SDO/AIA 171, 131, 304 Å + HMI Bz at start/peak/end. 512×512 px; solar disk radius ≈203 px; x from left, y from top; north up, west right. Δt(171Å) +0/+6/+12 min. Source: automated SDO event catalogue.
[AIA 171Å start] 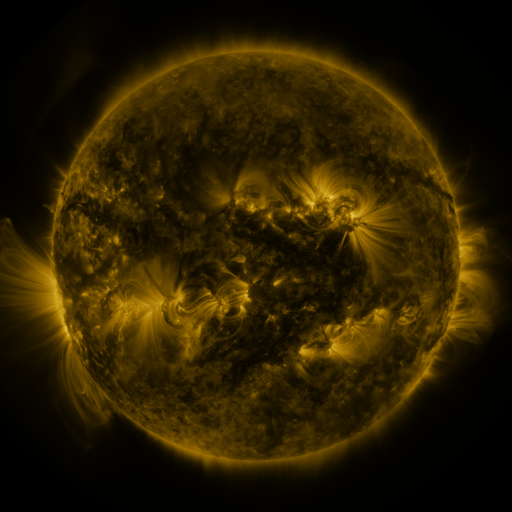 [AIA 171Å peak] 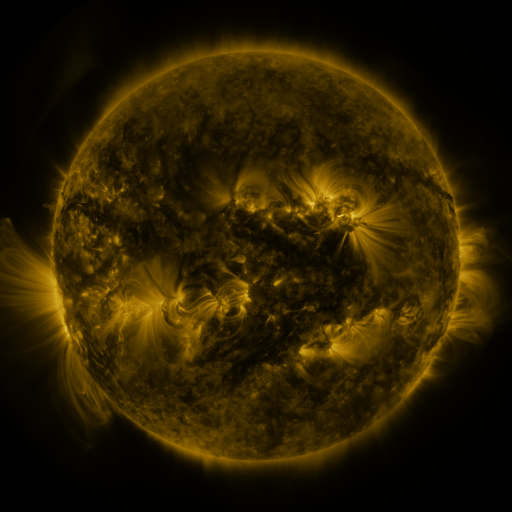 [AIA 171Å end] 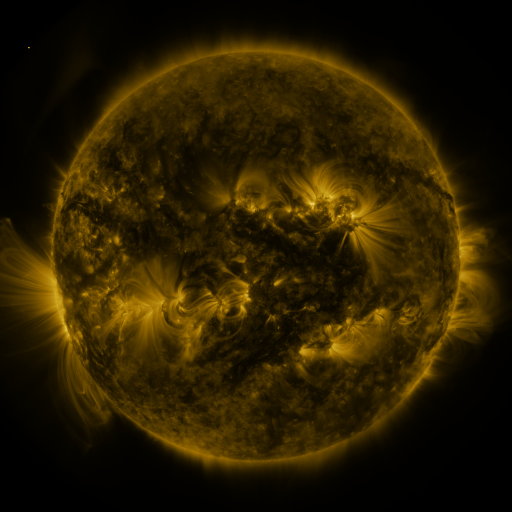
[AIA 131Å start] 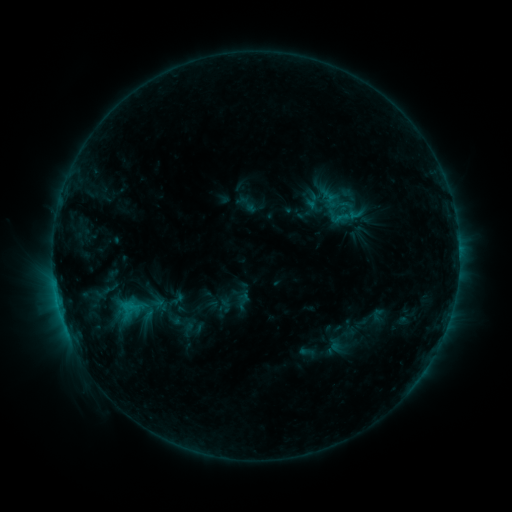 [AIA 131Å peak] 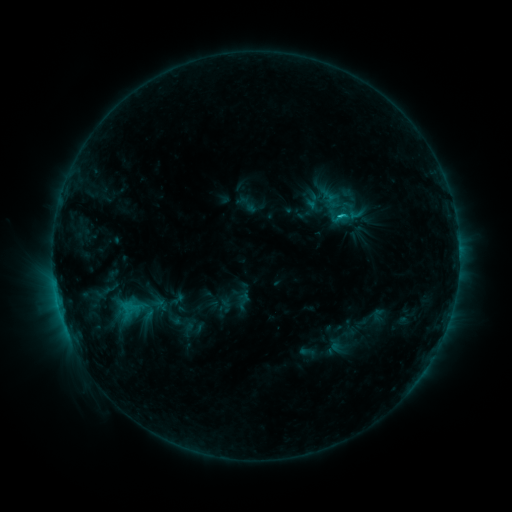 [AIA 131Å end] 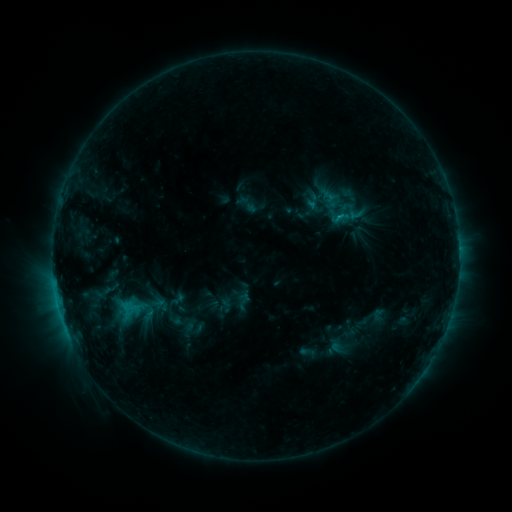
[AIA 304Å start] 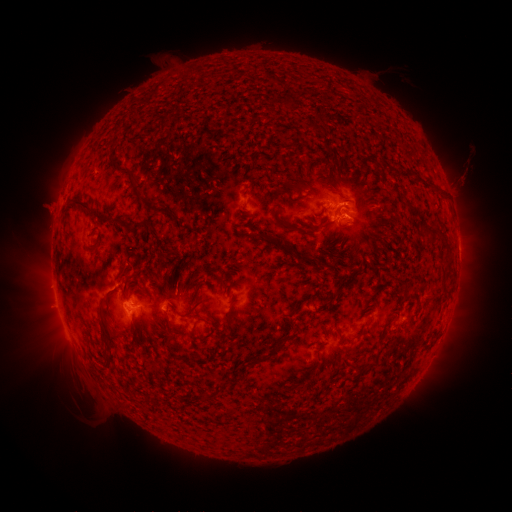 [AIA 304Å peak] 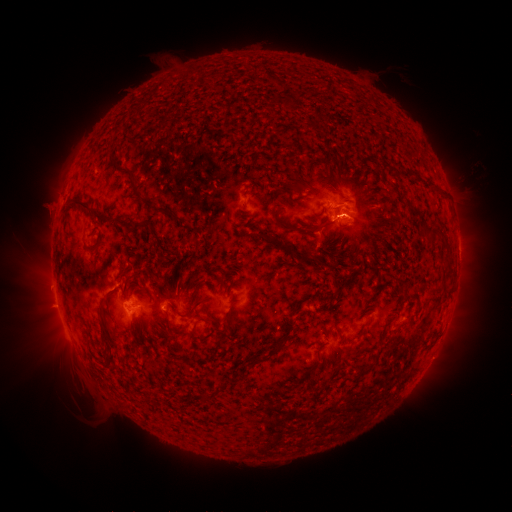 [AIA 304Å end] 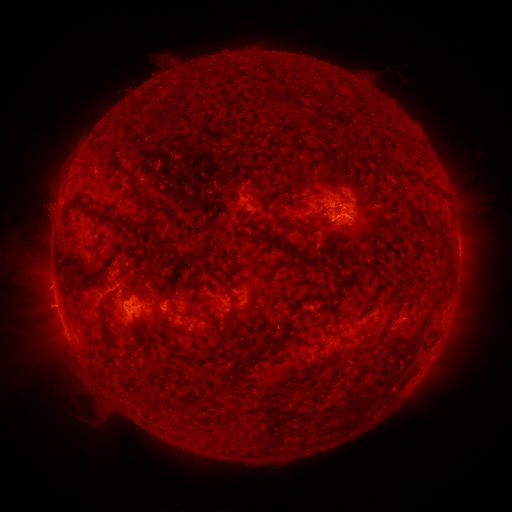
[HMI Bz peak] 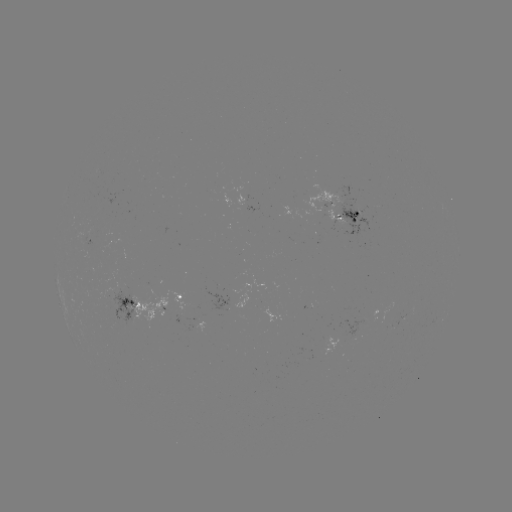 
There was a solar flare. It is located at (58, 302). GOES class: C1.4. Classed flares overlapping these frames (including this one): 1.